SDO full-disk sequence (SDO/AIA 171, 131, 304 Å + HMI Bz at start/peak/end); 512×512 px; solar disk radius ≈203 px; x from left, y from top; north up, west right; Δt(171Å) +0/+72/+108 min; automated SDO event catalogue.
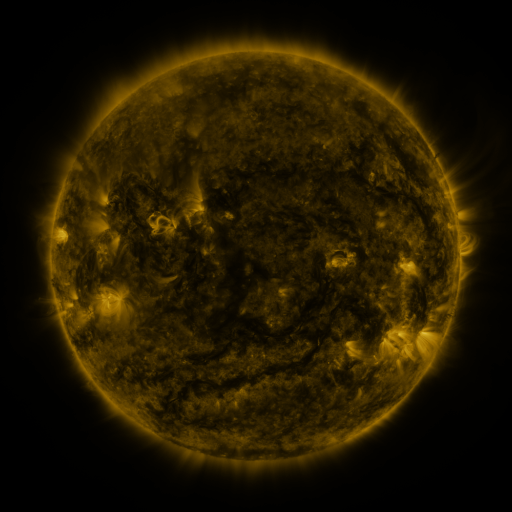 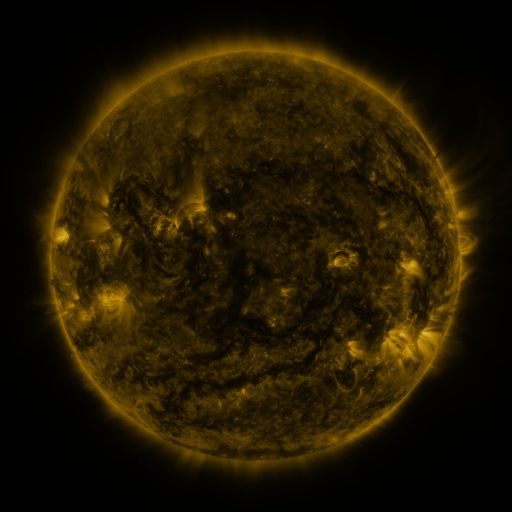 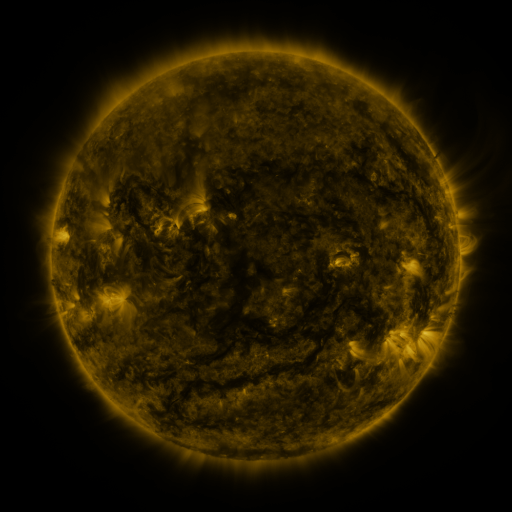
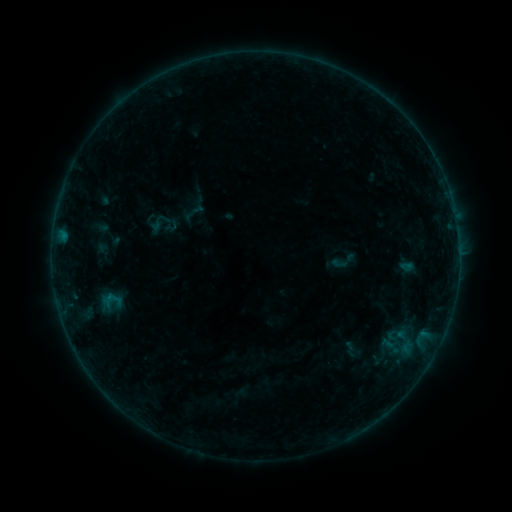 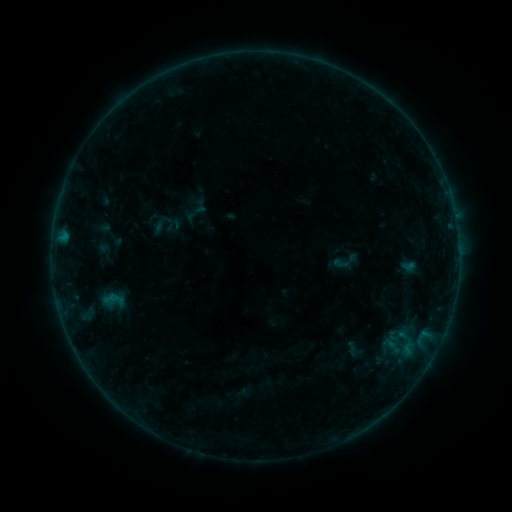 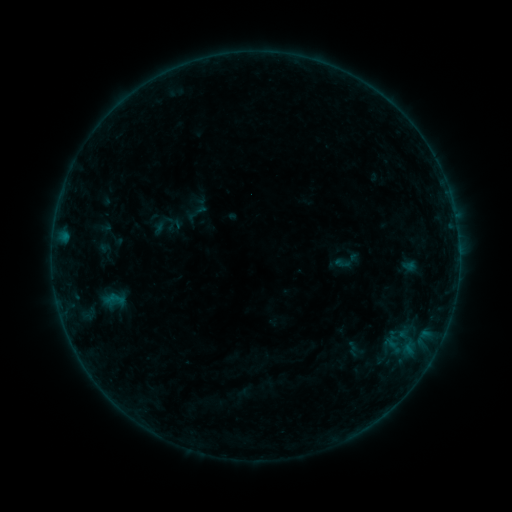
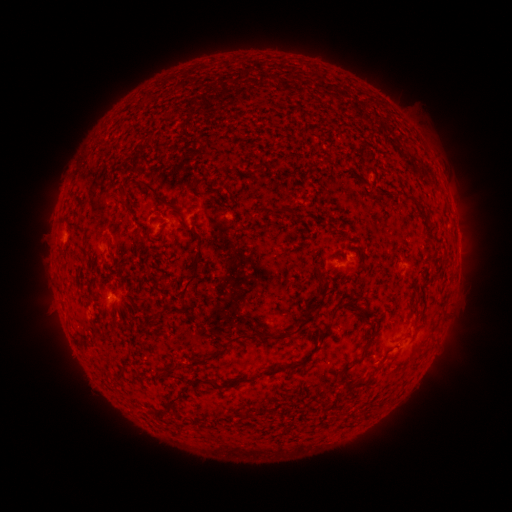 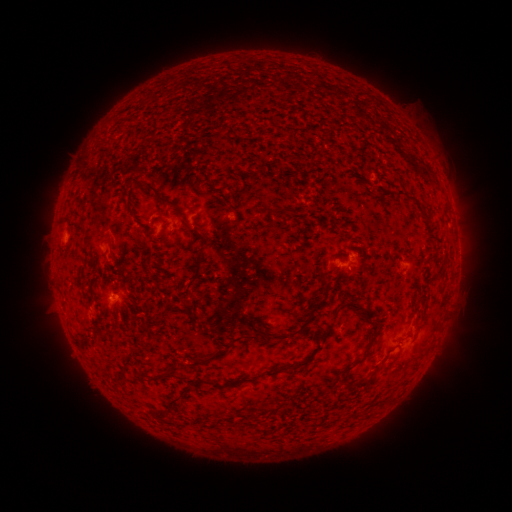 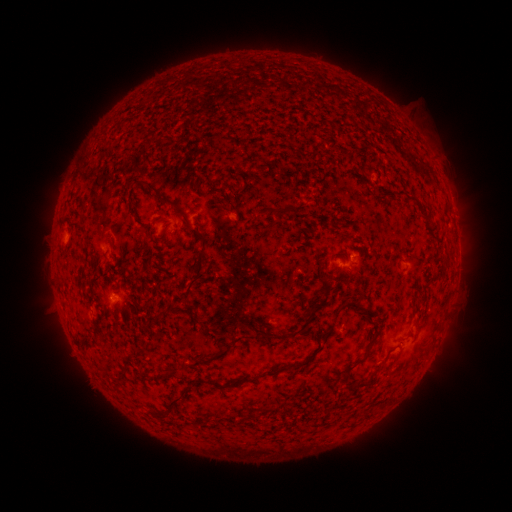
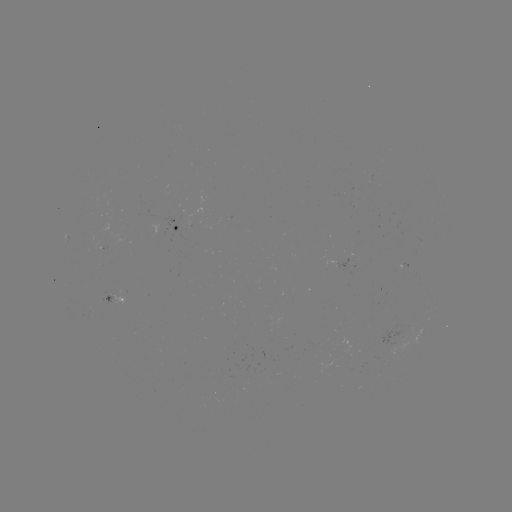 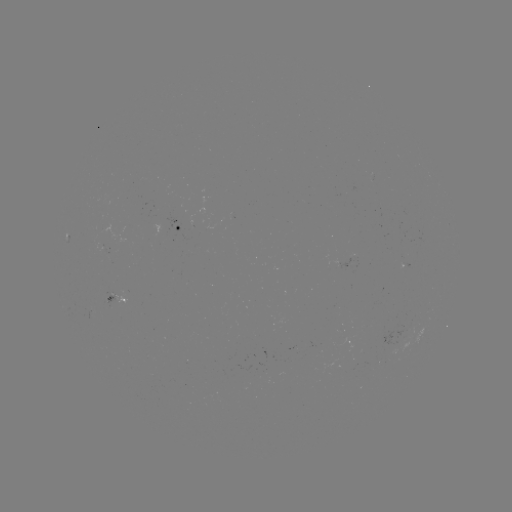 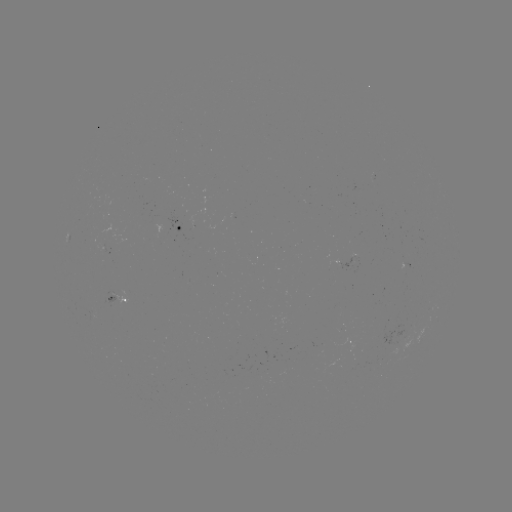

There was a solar emerging-flux region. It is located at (389, 352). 